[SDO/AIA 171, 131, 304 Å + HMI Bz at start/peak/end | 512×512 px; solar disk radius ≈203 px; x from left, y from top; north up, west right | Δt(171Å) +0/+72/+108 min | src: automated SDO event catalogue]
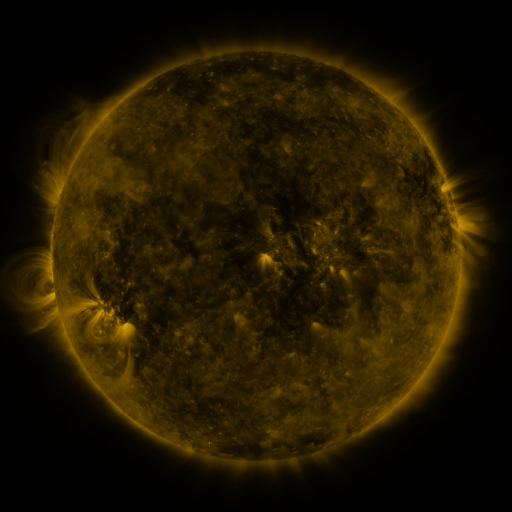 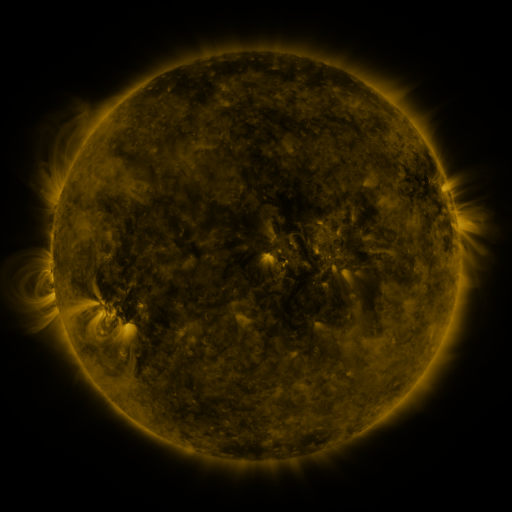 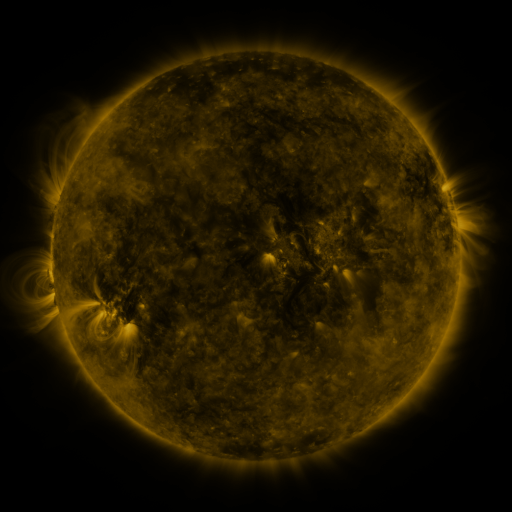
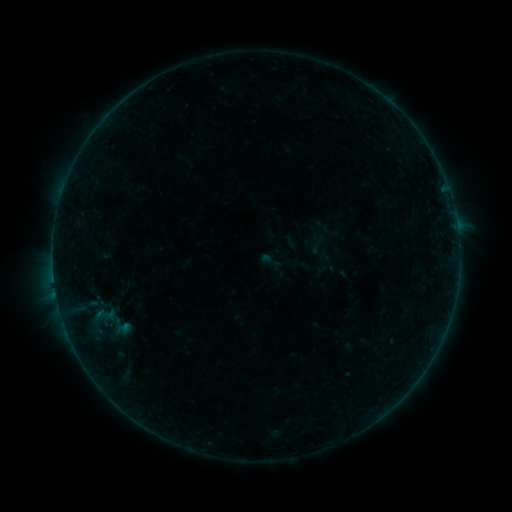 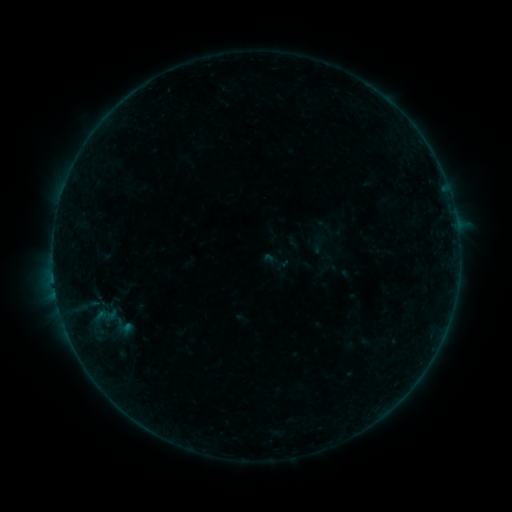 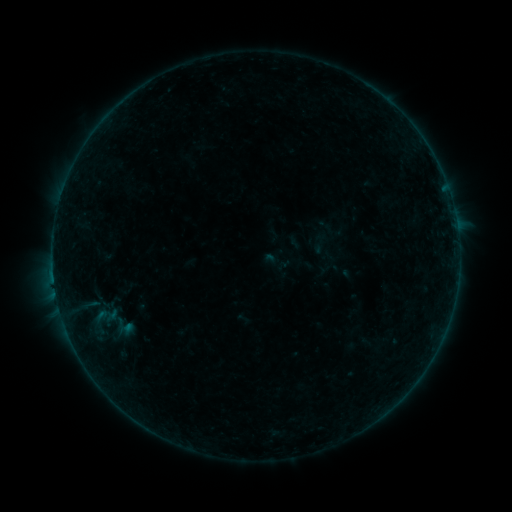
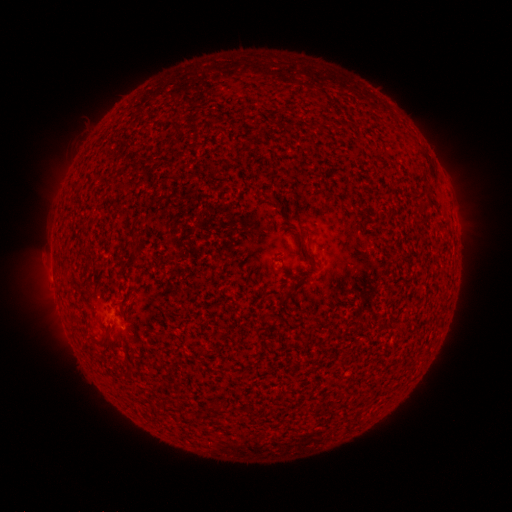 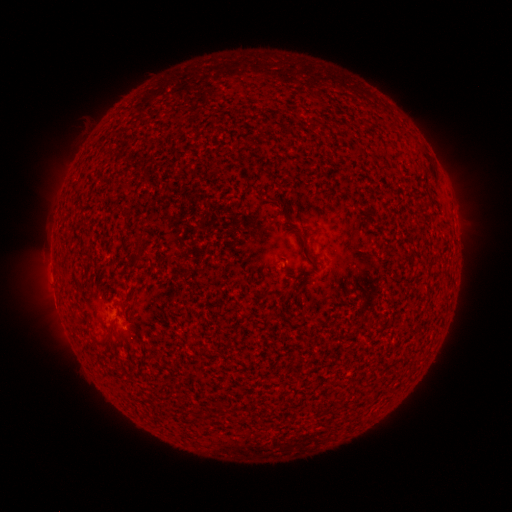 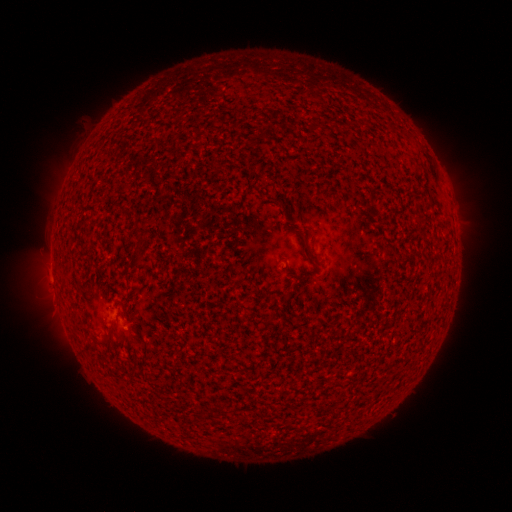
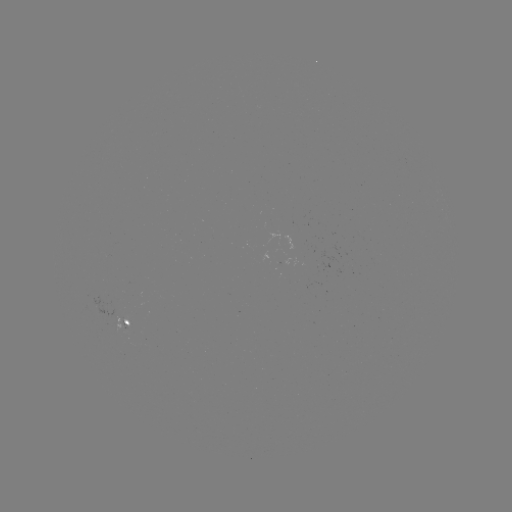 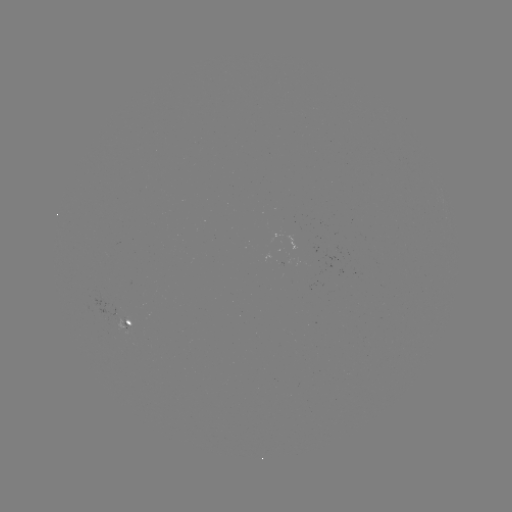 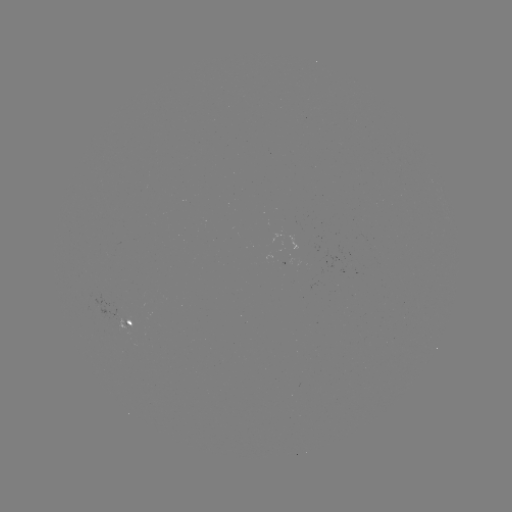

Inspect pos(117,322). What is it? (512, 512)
emerging-flux region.